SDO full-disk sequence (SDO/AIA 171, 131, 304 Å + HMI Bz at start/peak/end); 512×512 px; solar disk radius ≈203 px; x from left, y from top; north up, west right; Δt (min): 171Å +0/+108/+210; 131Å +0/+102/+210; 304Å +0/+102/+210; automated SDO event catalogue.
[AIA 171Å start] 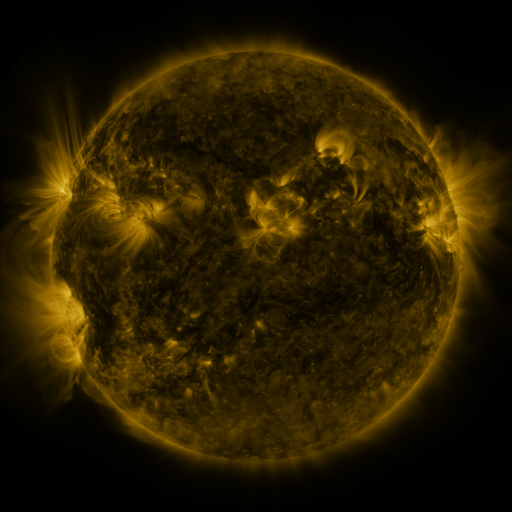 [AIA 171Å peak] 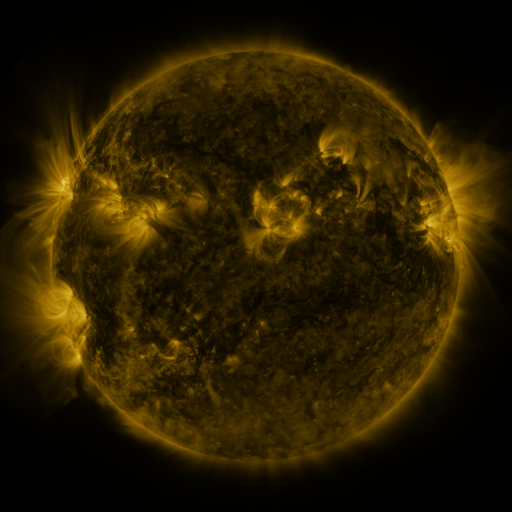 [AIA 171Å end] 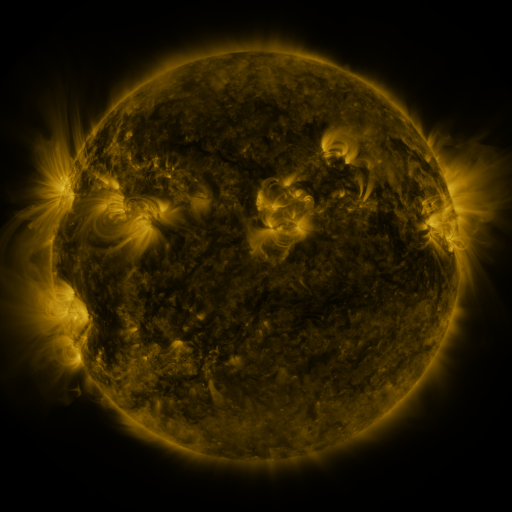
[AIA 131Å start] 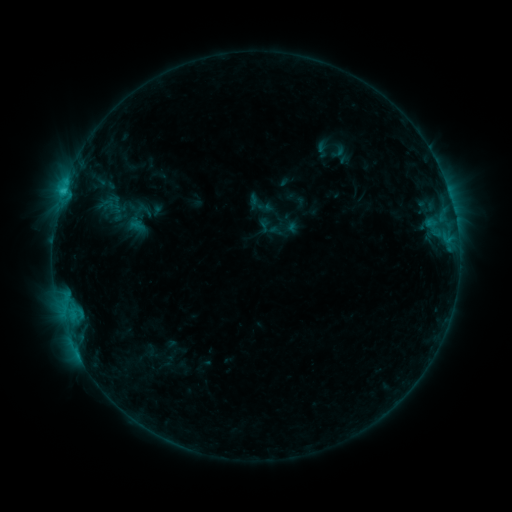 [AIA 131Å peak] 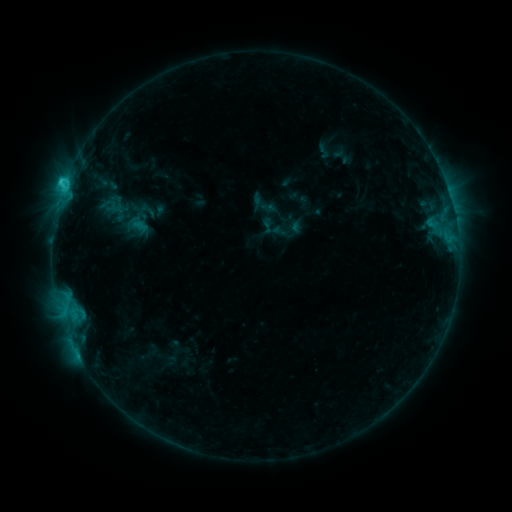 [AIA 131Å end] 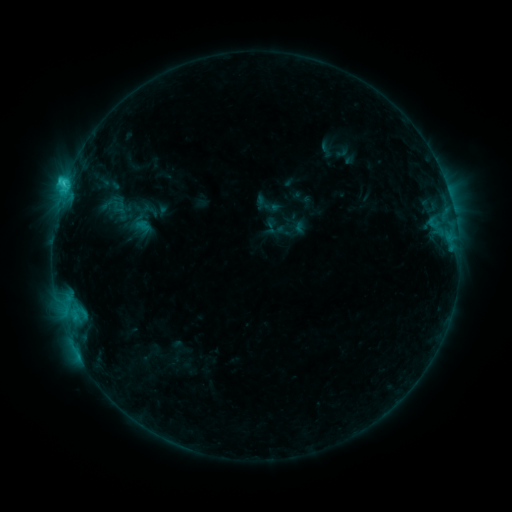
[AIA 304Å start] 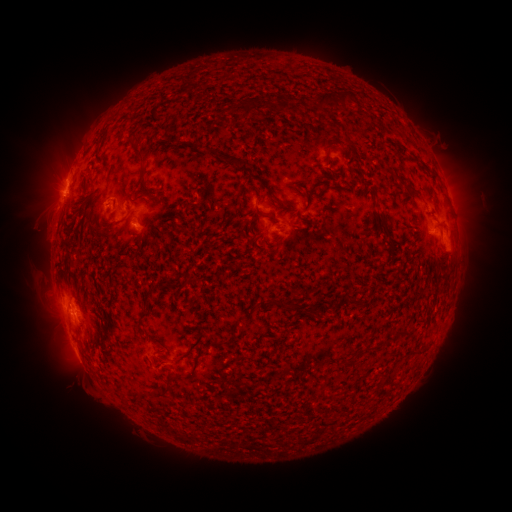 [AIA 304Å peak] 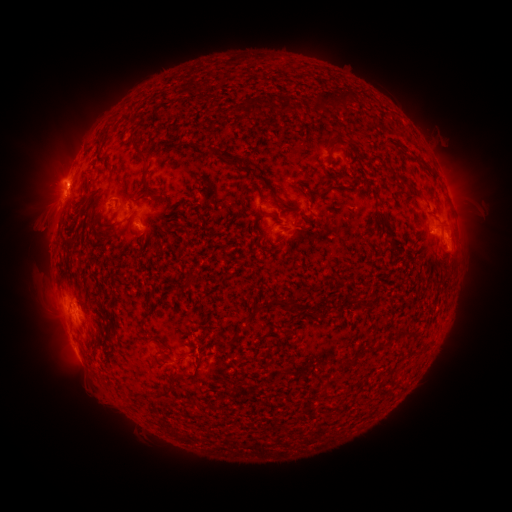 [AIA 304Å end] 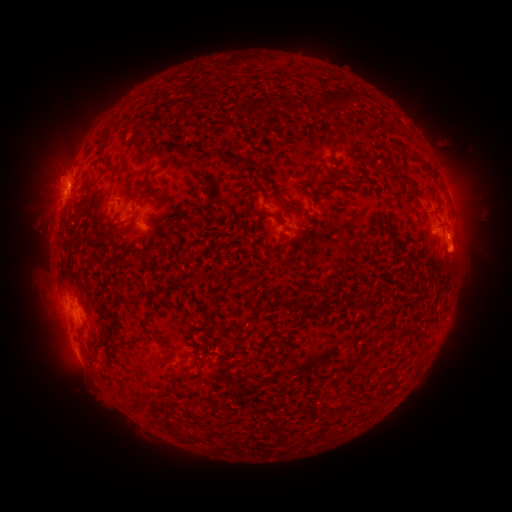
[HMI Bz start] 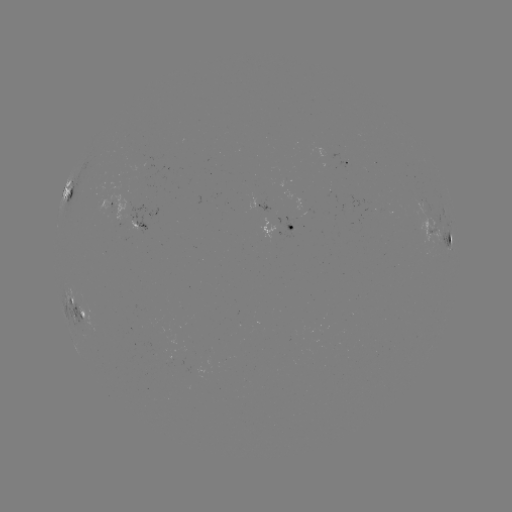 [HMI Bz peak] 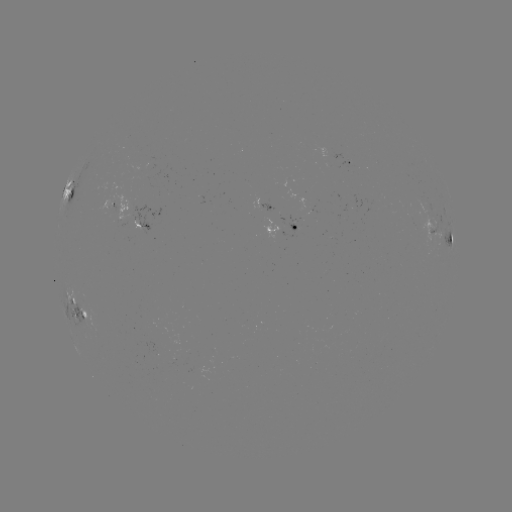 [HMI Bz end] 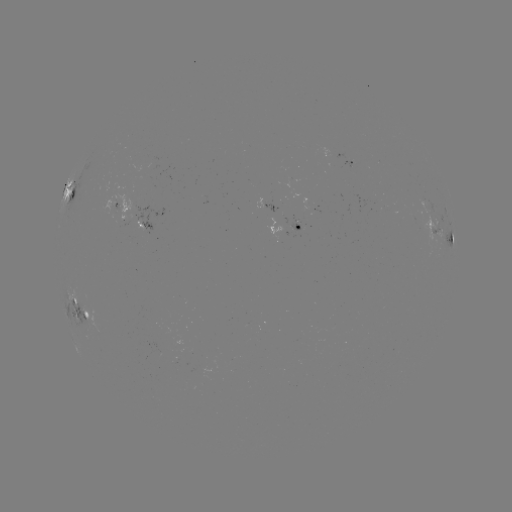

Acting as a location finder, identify filament eruption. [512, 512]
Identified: [201, 354].